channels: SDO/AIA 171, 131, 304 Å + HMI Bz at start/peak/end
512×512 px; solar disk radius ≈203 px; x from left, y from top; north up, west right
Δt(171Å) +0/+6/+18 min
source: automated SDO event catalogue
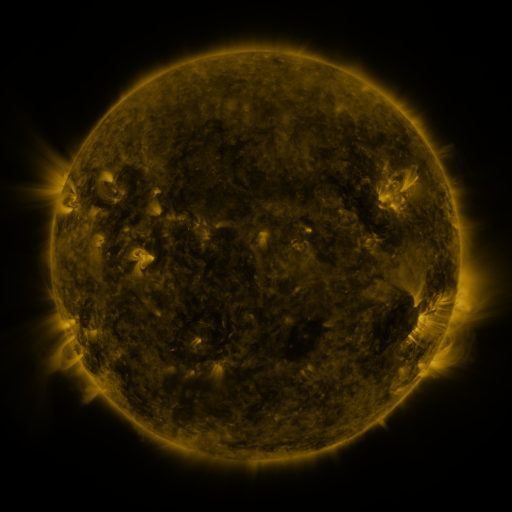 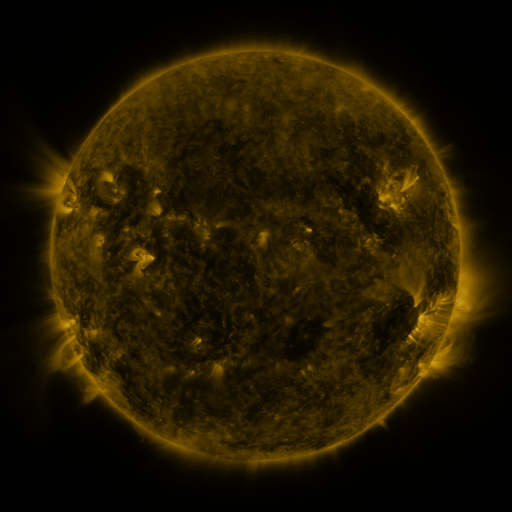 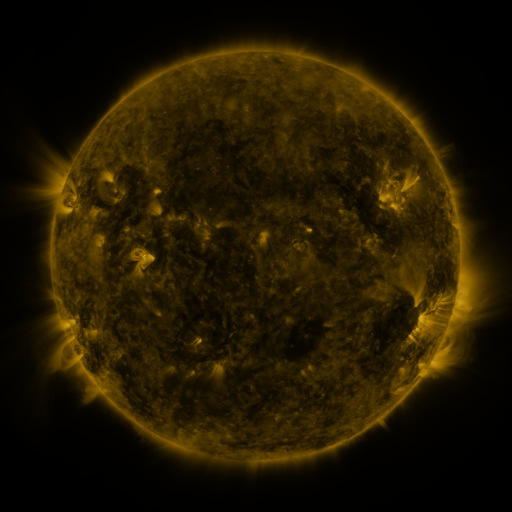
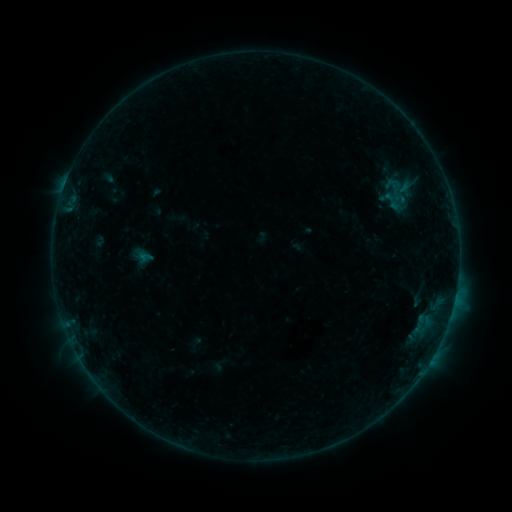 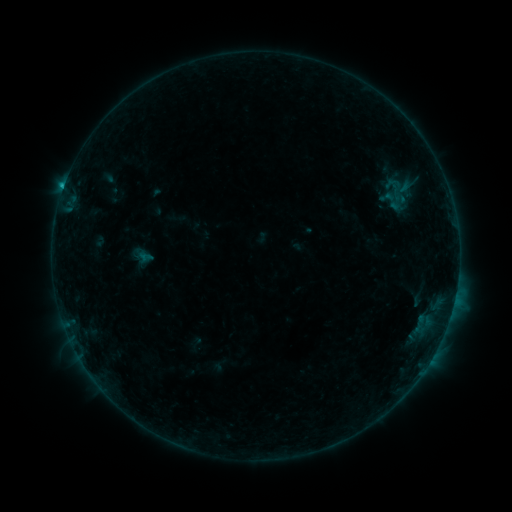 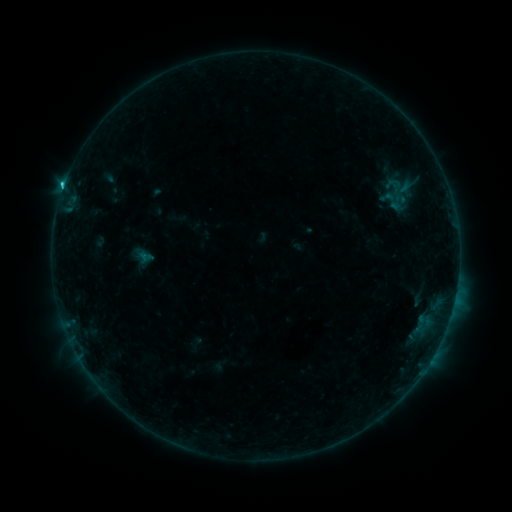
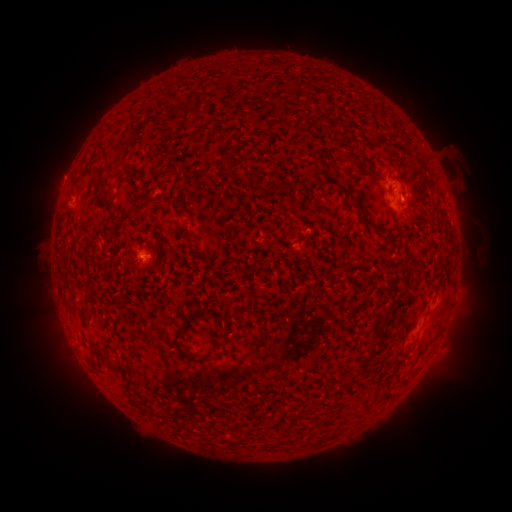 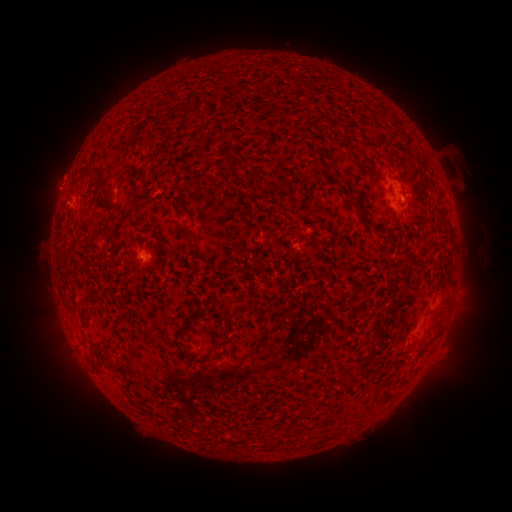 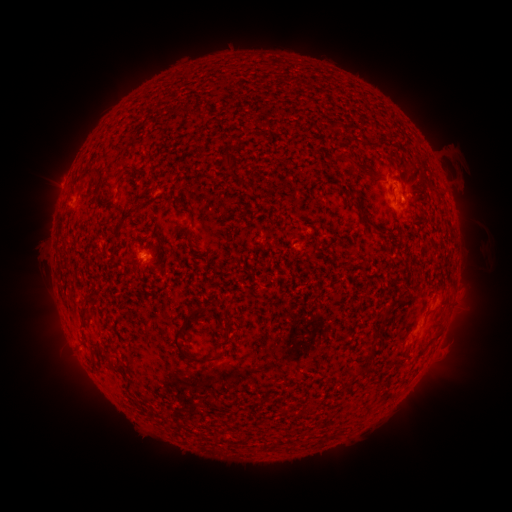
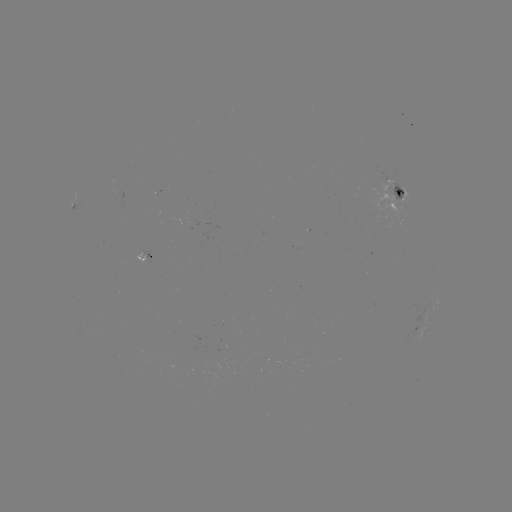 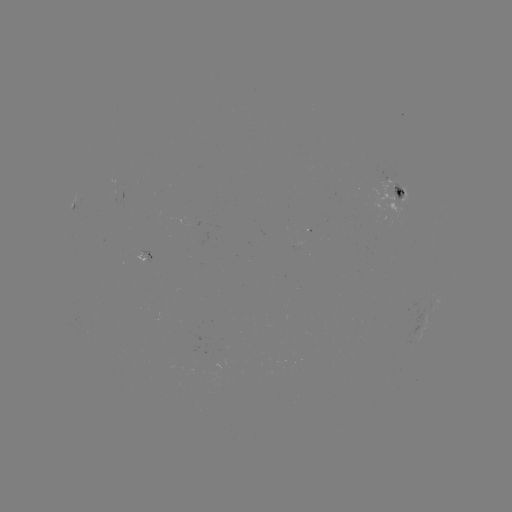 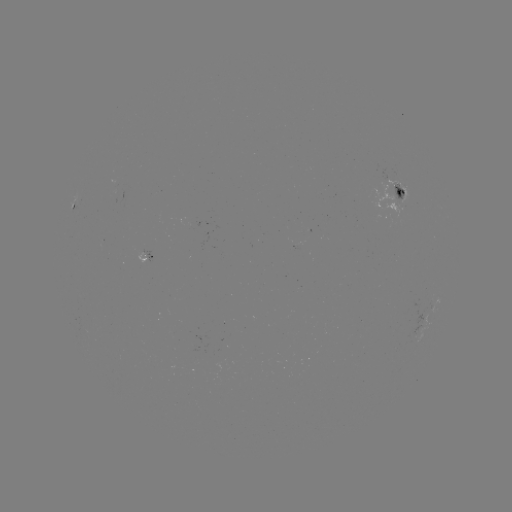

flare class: C1.8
